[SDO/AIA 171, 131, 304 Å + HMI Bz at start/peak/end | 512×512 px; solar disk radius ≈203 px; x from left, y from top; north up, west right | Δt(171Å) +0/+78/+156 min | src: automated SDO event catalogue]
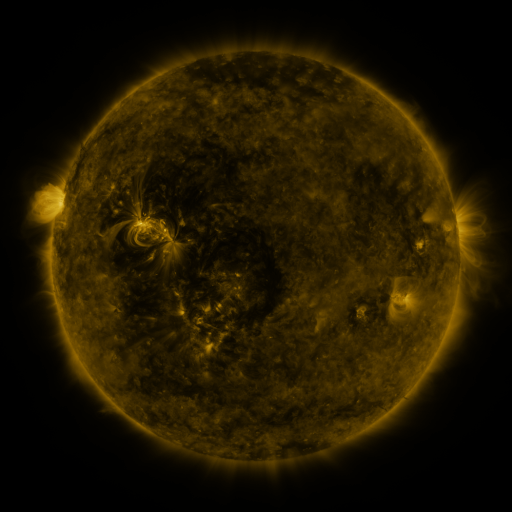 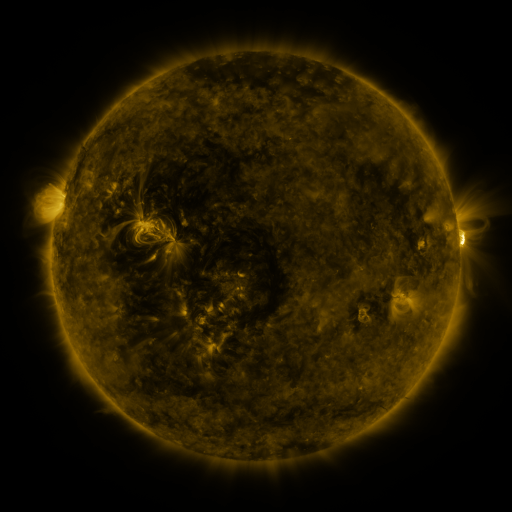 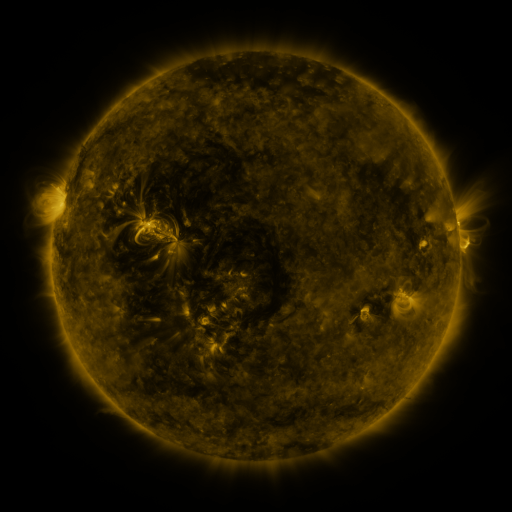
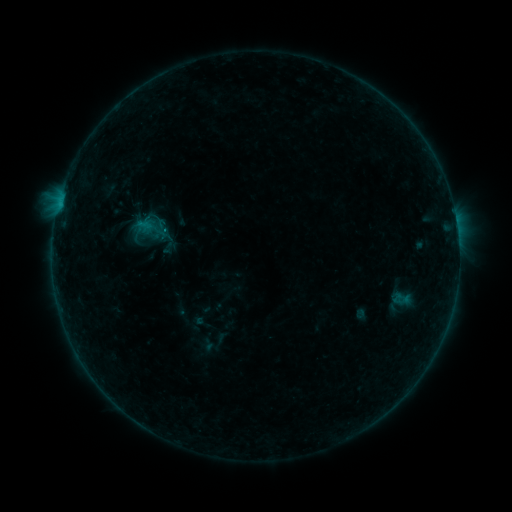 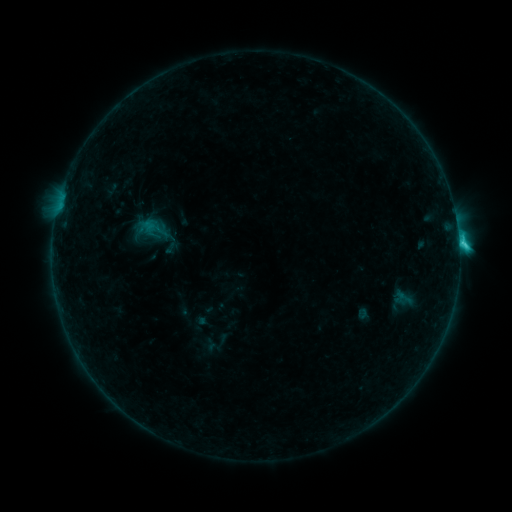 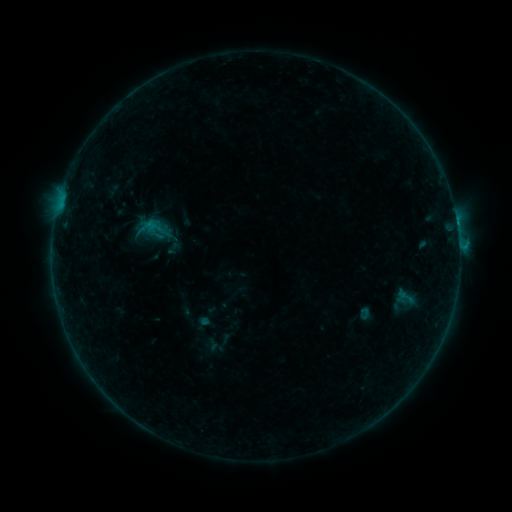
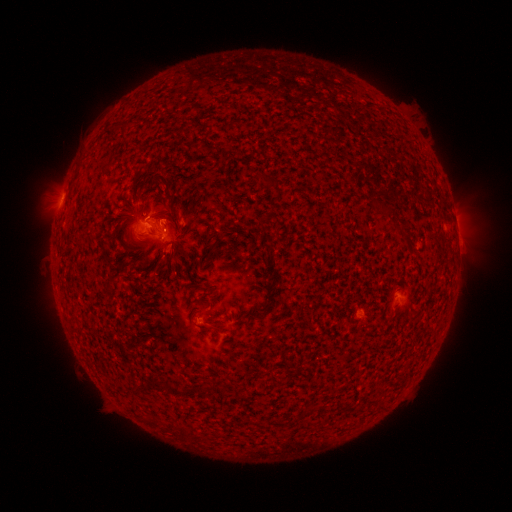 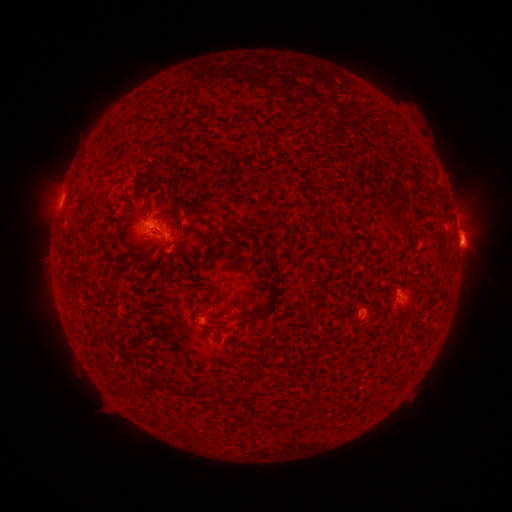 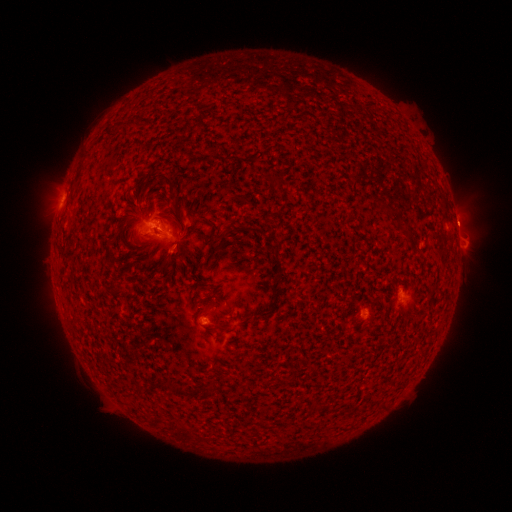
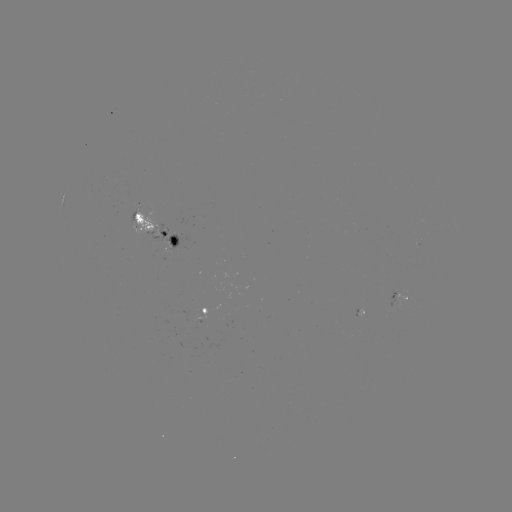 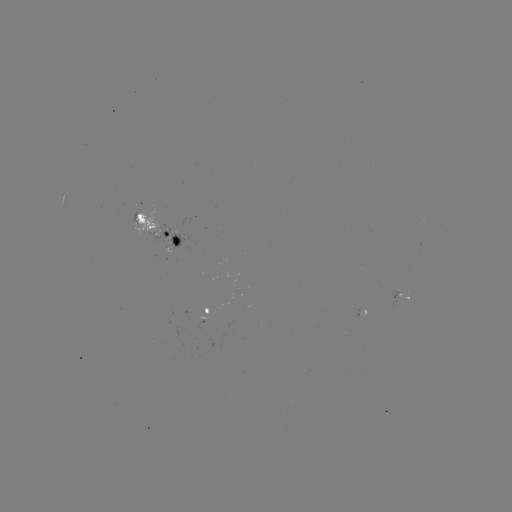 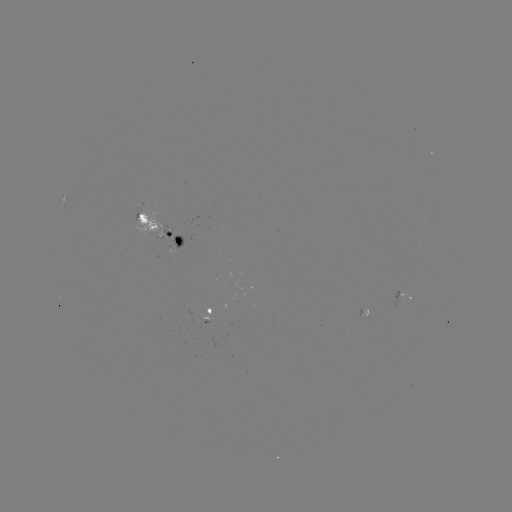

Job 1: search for filament eruption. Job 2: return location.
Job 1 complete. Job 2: (468, 242).